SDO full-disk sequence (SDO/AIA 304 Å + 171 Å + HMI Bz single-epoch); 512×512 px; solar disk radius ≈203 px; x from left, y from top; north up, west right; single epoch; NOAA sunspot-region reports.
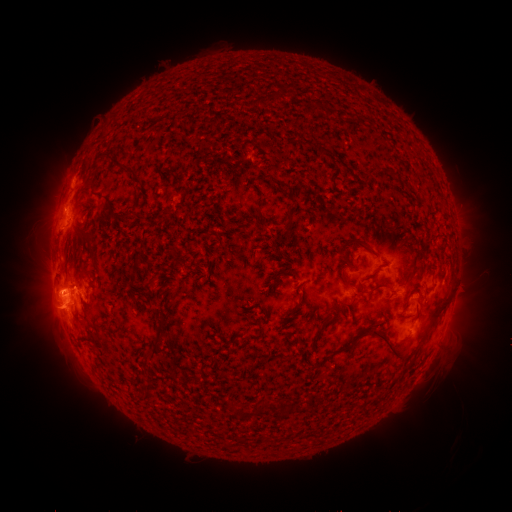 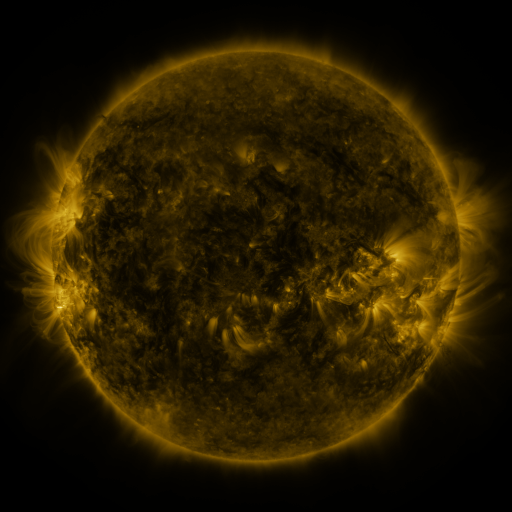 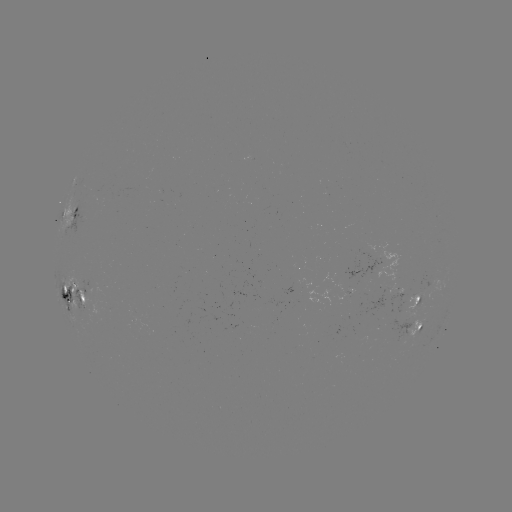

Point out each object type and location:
spotted active region: (74, 212)
spotted active region: (72, 290)
spotted active region: (418, 300)
spotted active region: (414, 332)
